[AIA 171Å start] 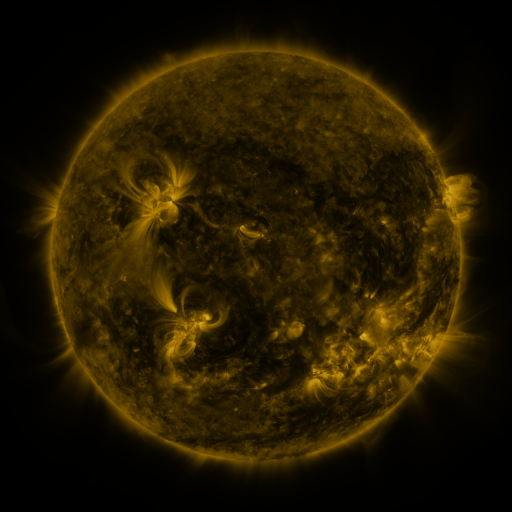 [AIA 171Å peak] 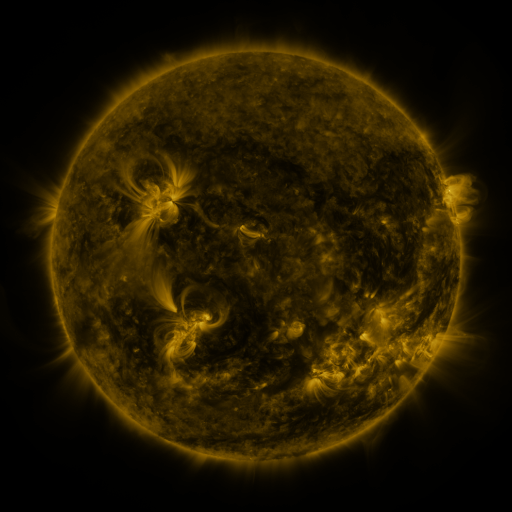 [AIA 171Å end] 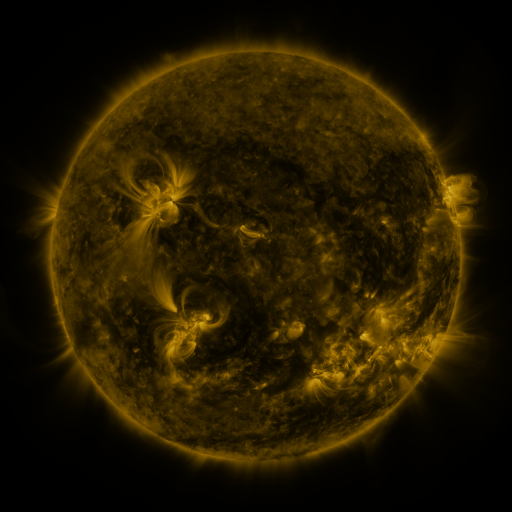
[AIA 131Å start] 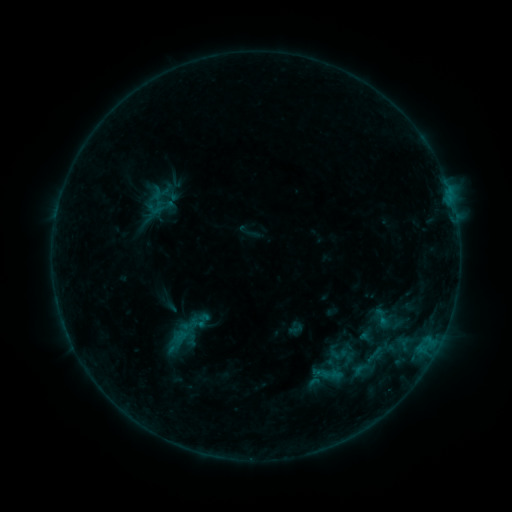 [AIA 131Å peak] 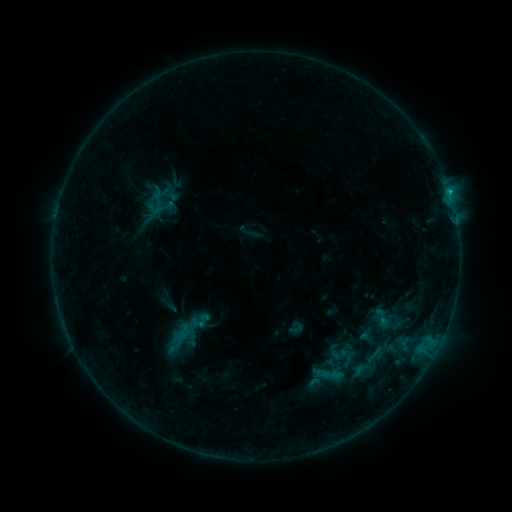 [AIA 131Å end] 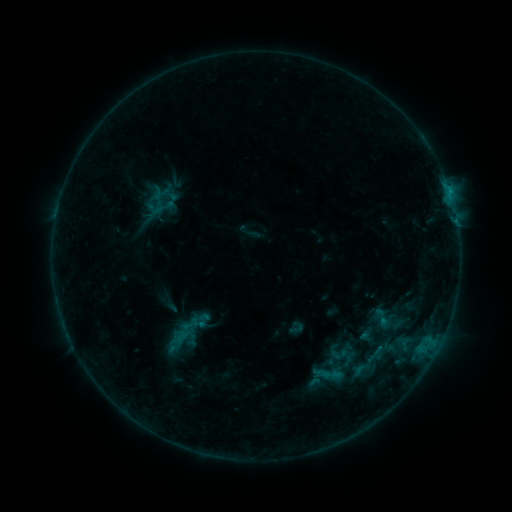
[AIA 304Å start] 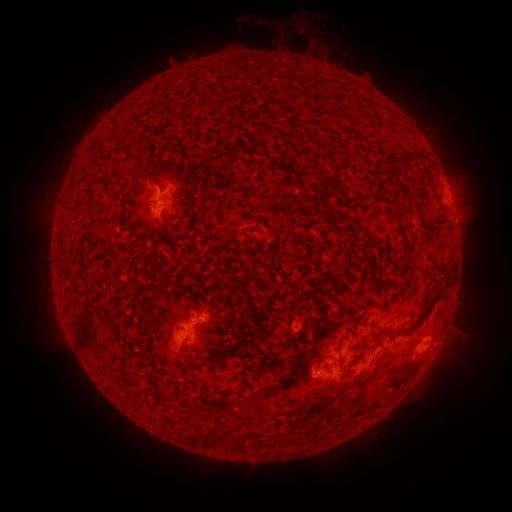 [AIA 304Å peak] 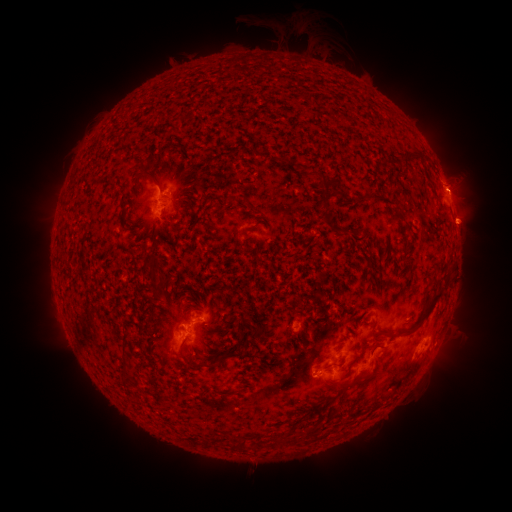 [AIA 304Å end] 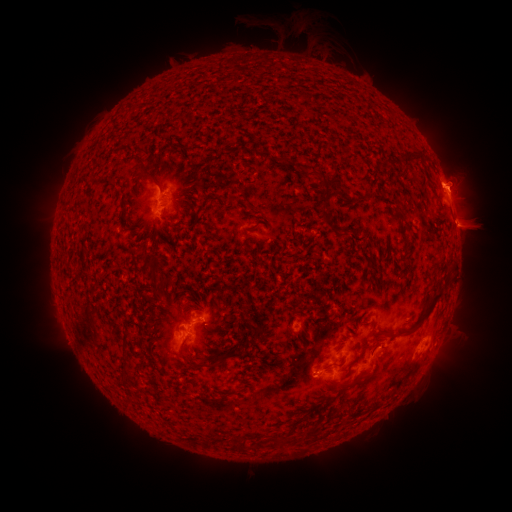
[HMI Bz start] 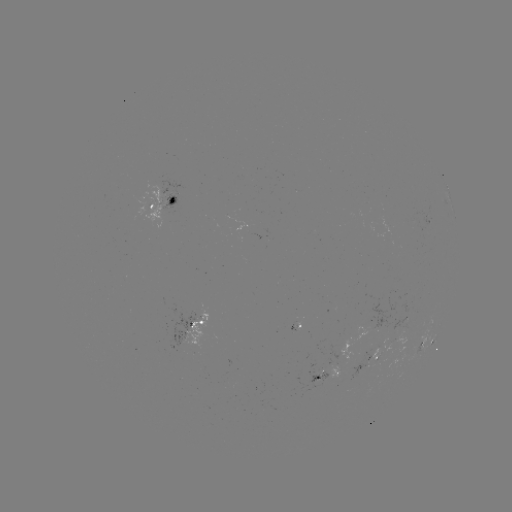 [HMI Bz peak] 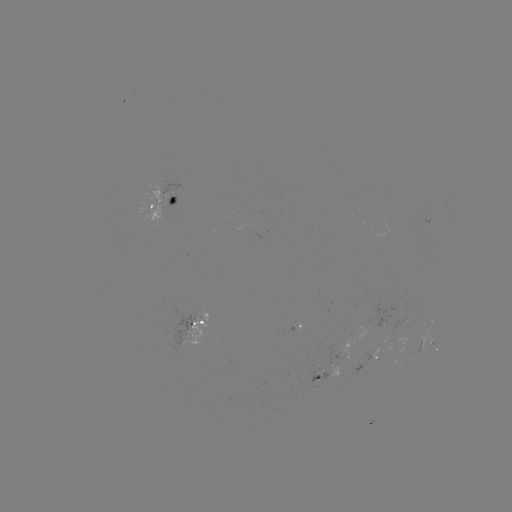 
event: flare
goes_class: B6.7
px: (449, 194)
